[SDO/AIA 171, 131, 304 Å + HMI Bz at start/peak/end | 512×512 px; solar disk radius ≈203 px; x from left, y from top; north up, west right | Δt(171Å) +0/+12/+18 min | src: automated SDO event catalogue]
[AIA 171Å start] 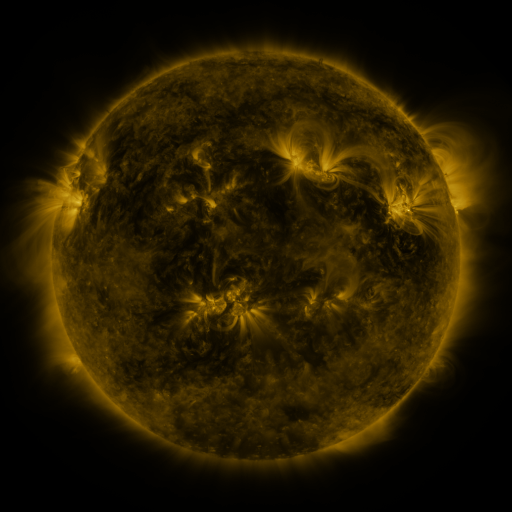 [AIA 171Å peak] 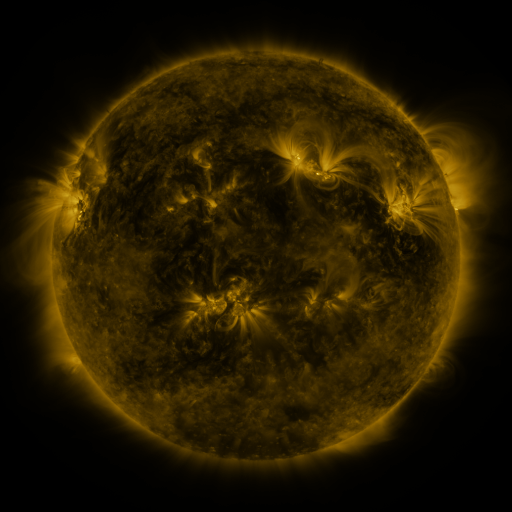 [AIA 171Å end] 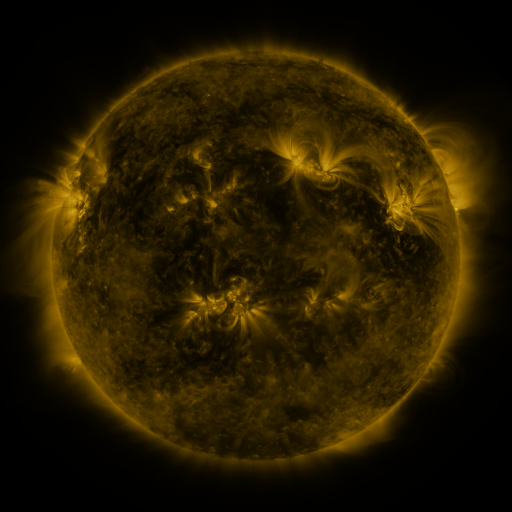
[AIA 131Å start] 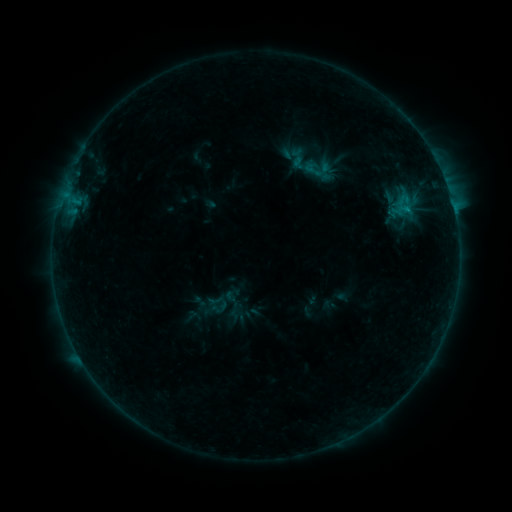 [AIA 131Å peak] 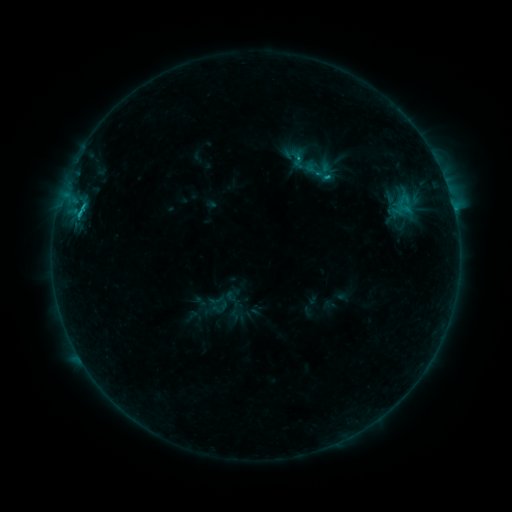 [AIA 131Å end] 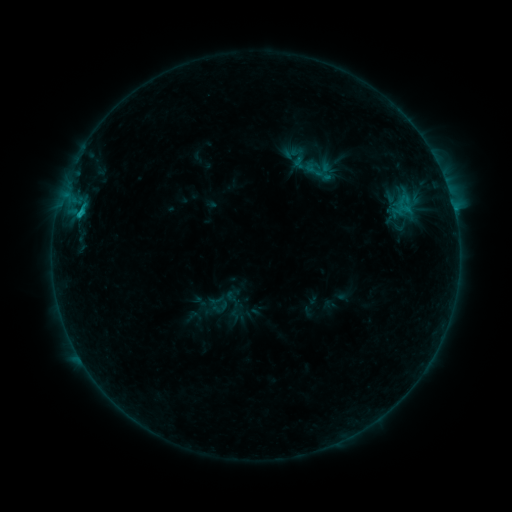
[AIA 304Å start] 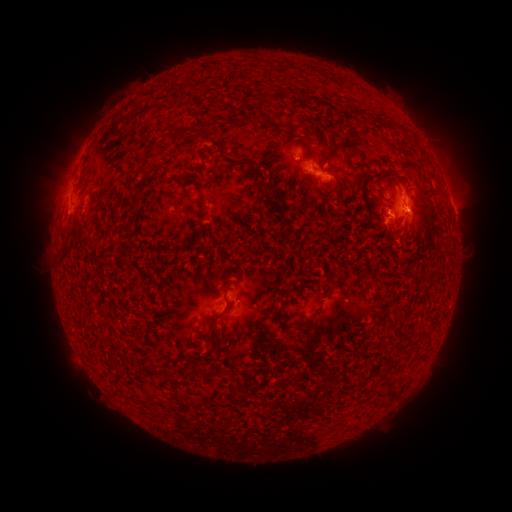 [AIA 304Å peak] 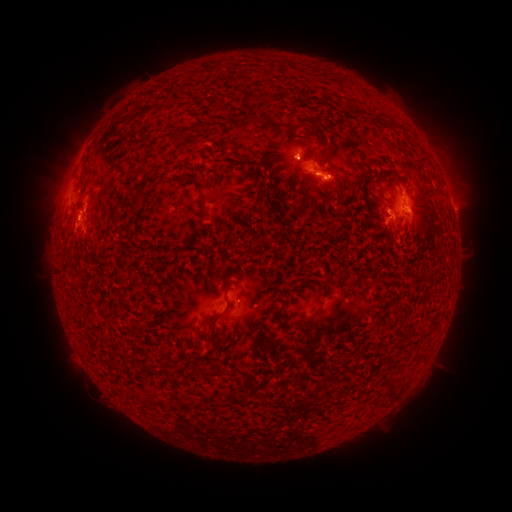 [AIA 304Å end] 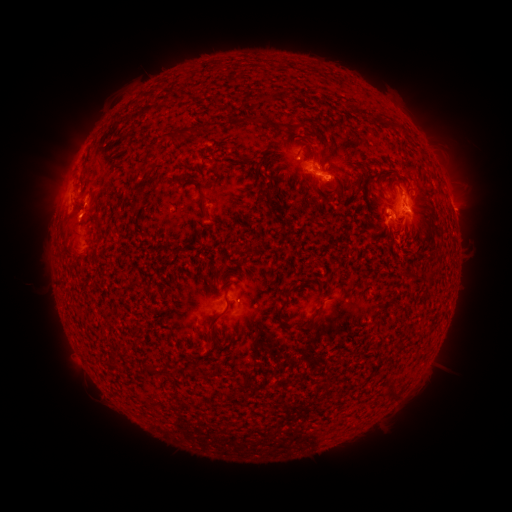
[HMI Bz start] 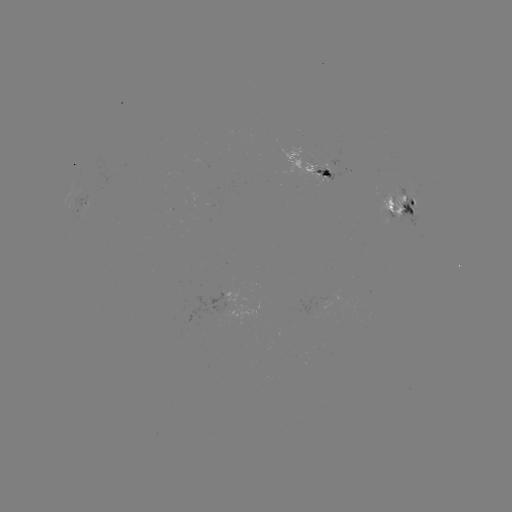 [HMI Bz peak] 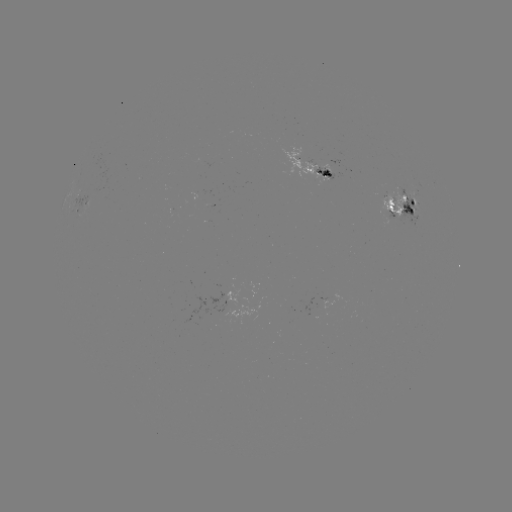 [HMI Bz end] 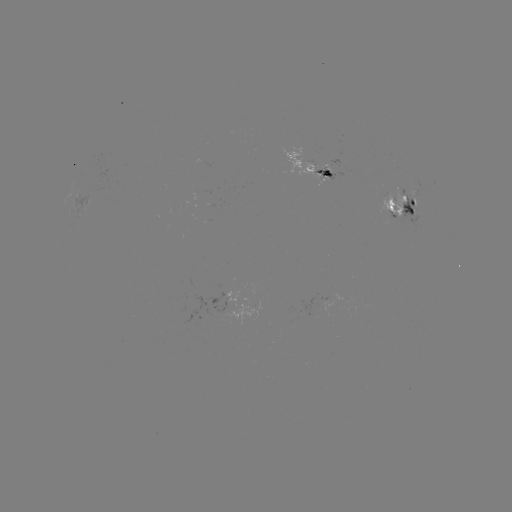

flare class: C1.6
